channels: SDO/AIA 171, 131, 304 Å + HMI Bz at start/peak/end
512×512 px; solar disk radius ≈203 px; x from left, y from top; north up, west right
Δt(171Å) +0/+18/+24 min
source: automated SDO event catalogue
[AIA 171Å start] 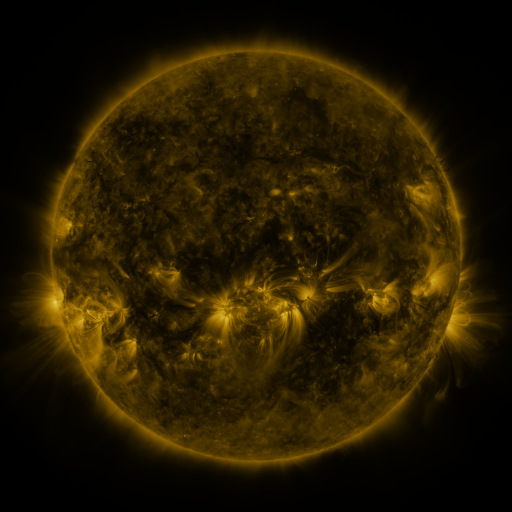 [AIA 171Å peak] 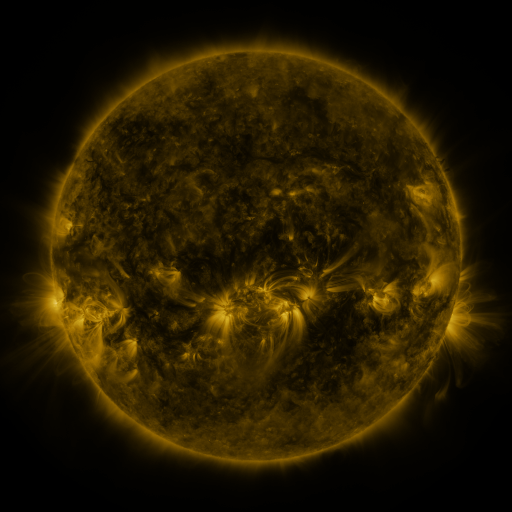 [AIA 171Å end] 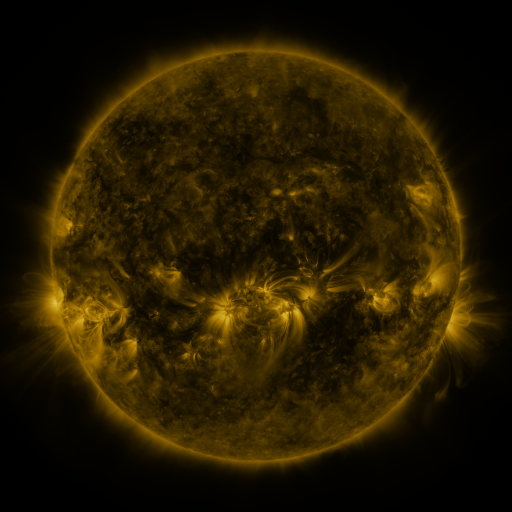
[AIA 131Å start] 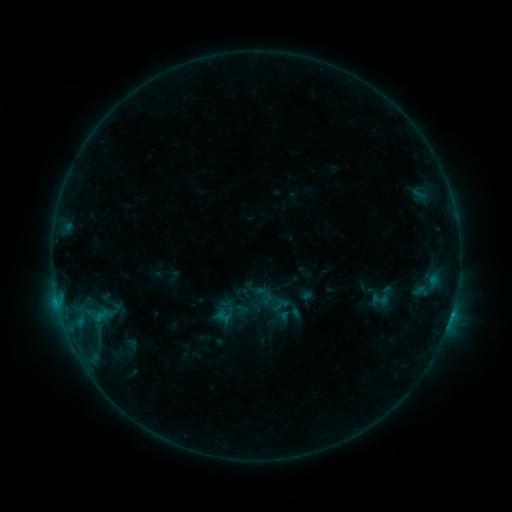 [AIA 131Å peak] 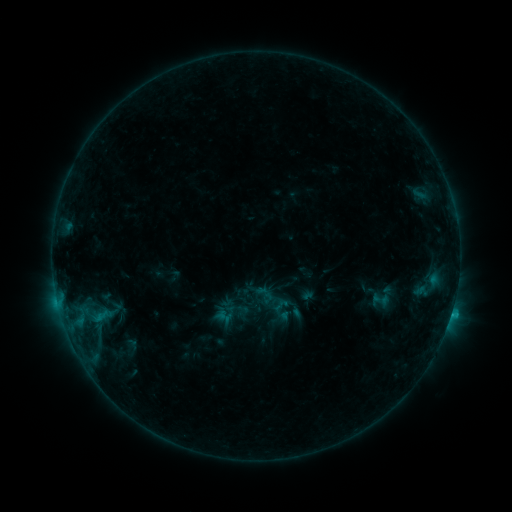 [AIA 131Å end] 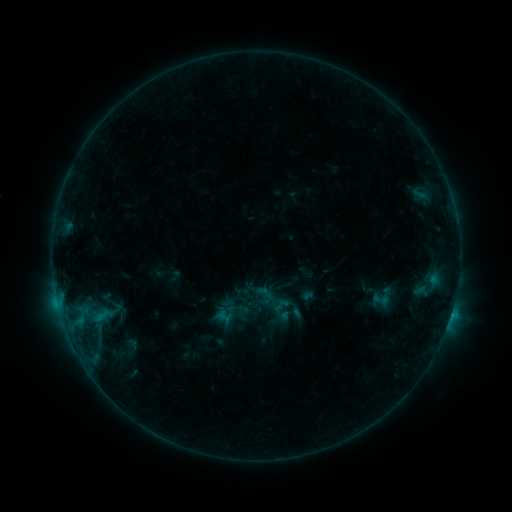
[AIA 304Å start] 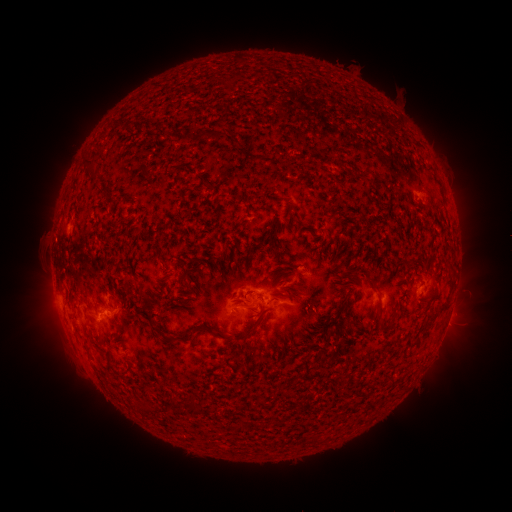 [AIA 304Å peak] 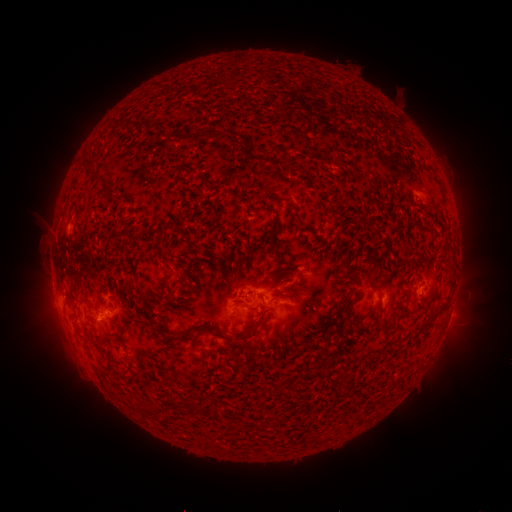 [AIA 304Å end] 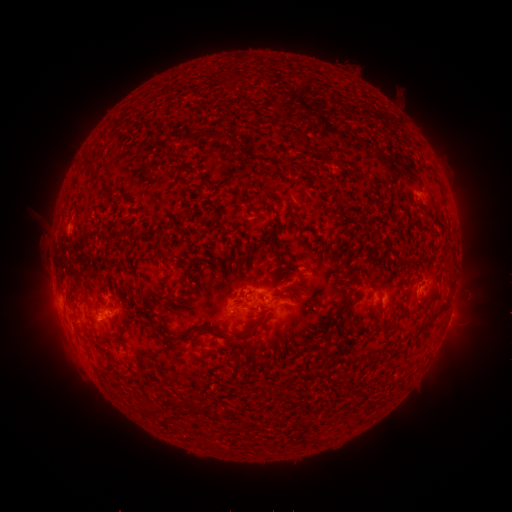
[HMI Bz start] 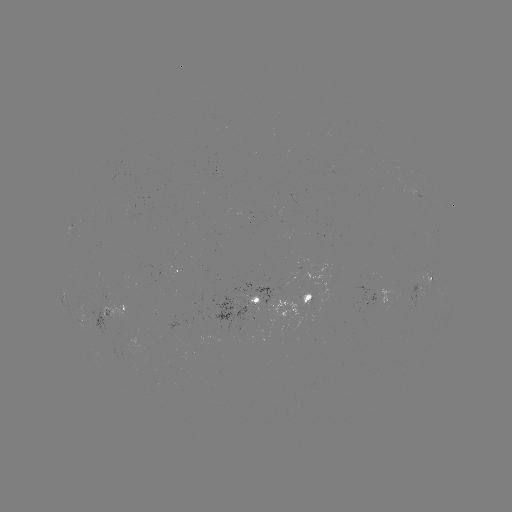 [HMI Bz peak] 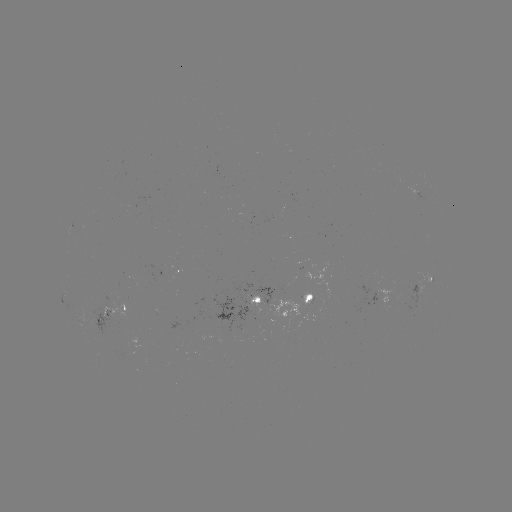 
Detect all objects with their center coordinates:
C1.0 flare: (451, 311)
